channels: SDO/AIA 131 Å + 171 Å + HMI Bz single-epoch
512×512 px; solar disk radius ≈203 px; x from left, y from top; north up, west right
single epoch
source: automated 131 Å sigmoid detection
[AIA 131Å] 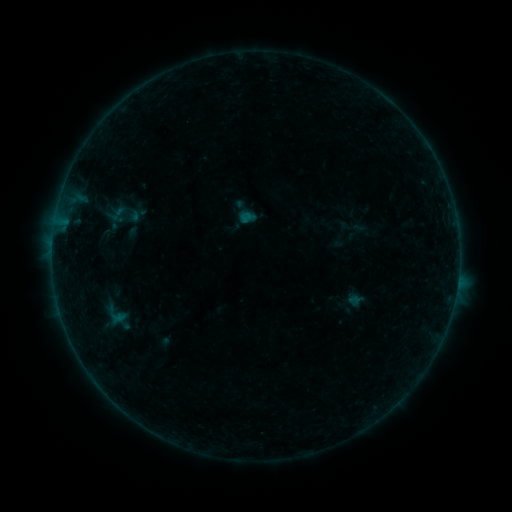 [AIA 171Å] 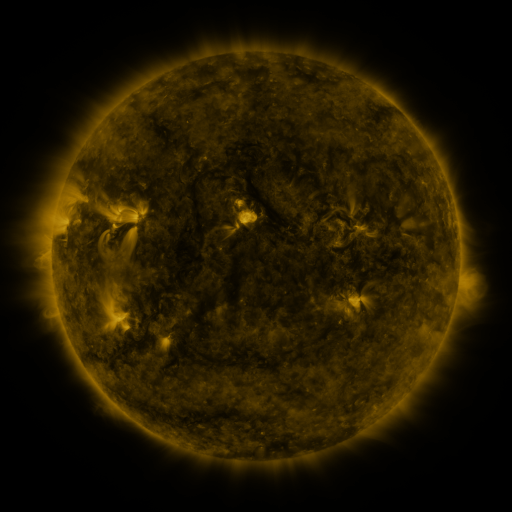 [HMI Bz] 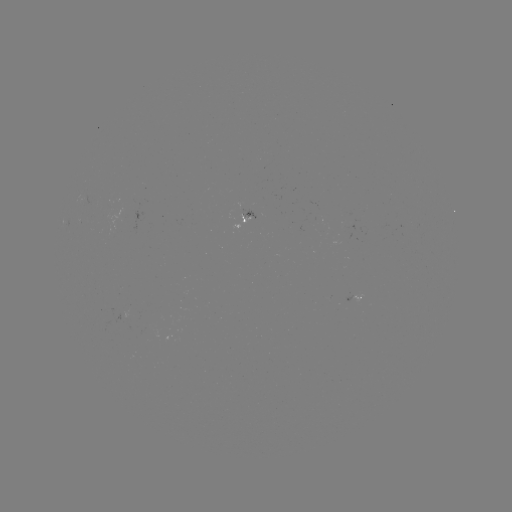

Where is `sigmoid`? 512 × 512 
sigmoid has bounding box [107, 196, 141, 233].